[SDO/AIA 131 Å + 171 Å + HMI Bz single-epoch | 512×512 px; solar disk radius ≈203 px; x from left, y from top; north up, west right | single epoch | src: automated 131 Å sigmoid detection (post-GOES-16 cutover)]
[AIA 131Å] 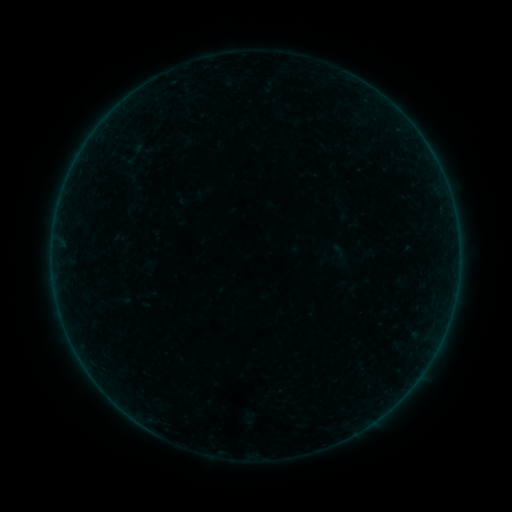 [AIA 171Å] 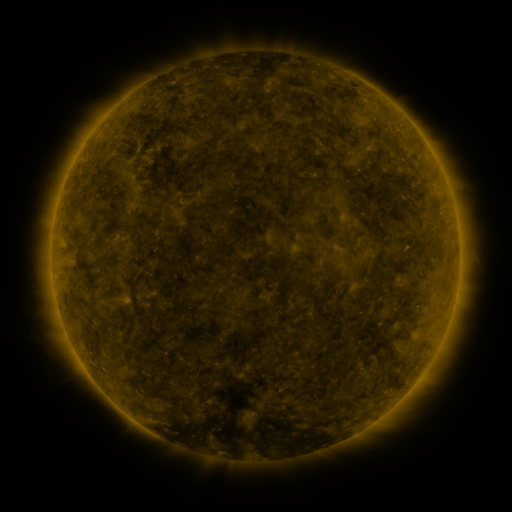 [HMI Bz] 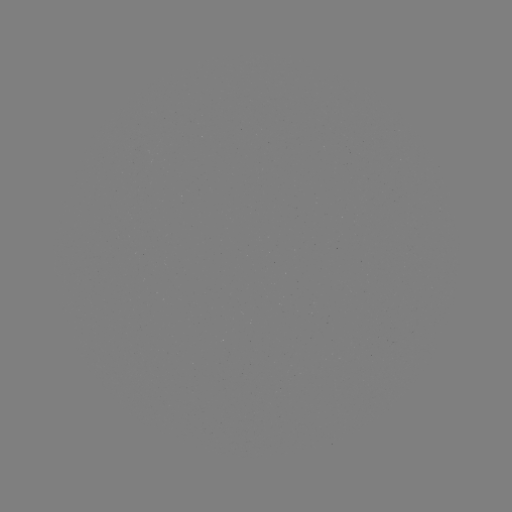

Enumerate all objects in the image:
sigmoid: (128, 135, 154, 161)
sigmoid: (119, 151, 137, 168)
